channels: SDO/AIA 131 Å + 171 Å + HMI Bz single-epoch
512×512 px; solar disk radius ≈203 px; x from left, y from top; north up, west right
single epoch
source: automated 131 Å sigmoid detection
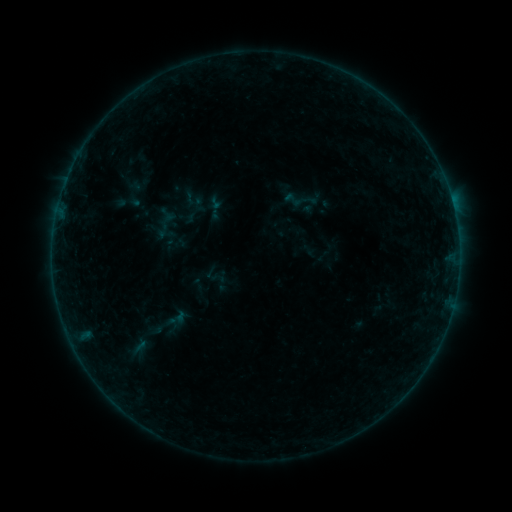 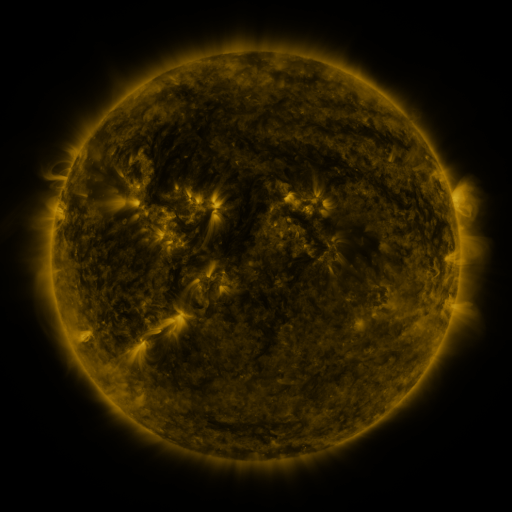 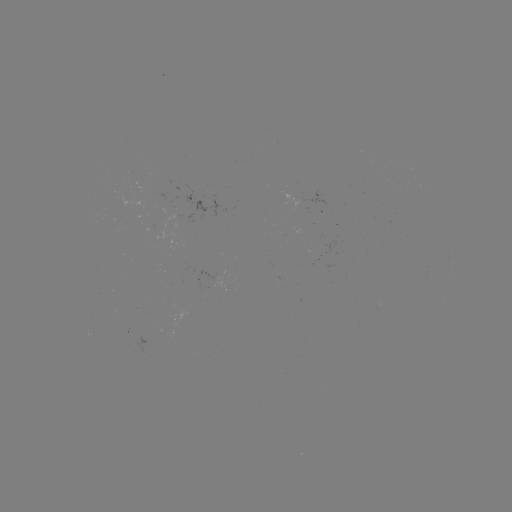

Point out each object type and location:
sigmoid: (293, 199)
